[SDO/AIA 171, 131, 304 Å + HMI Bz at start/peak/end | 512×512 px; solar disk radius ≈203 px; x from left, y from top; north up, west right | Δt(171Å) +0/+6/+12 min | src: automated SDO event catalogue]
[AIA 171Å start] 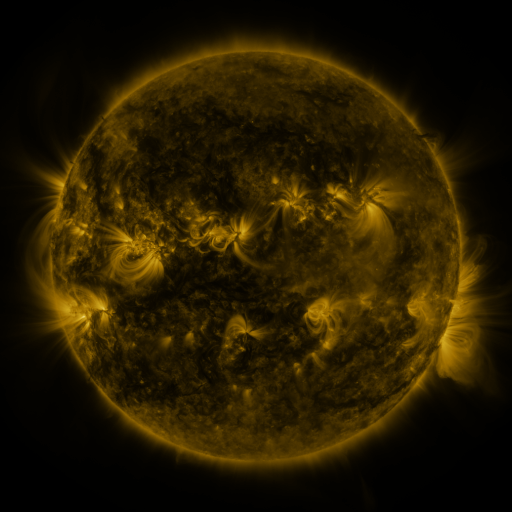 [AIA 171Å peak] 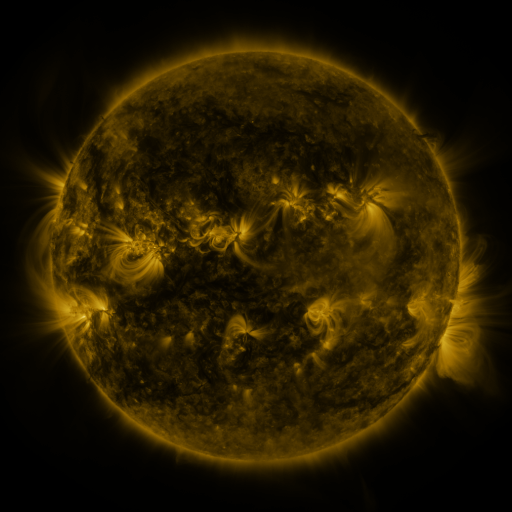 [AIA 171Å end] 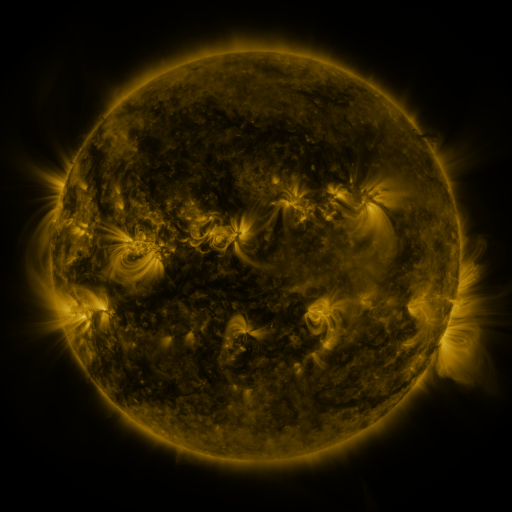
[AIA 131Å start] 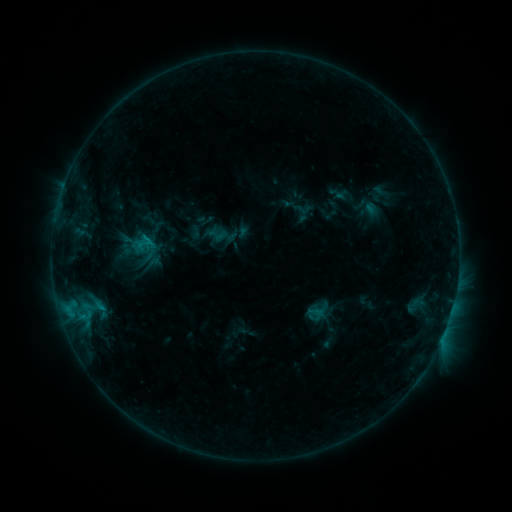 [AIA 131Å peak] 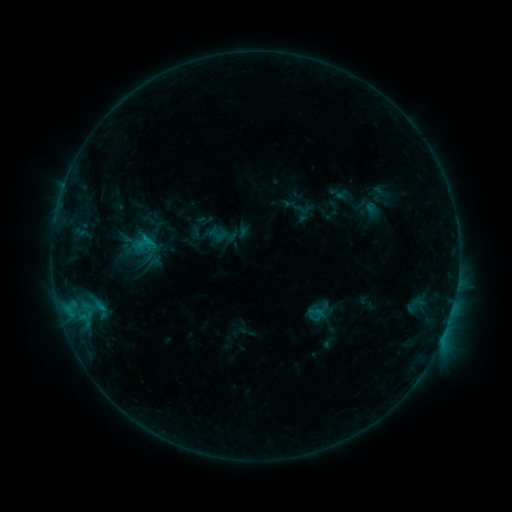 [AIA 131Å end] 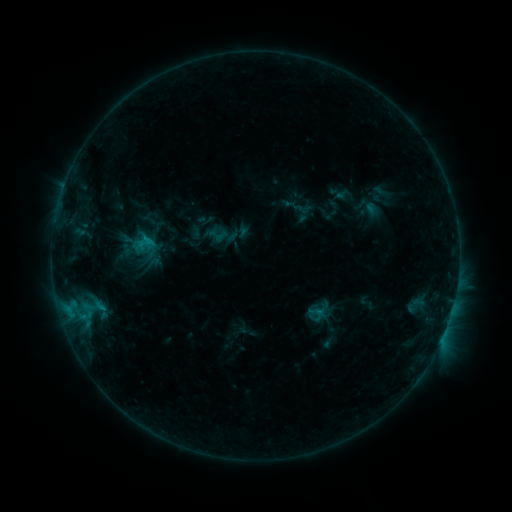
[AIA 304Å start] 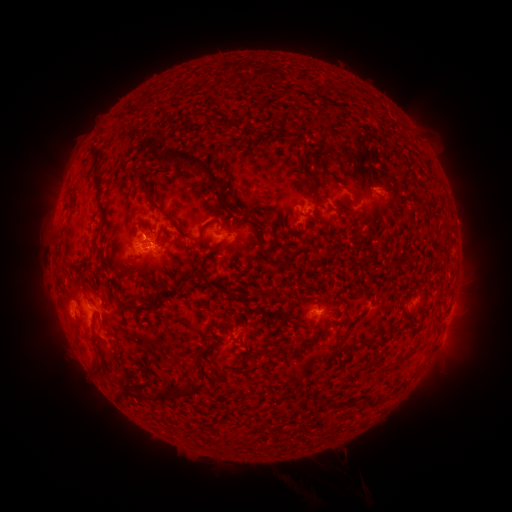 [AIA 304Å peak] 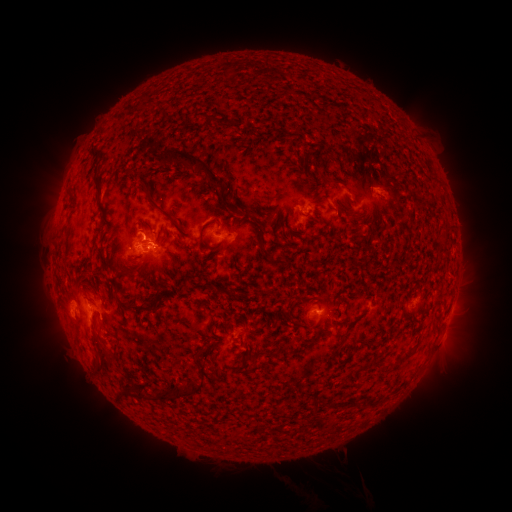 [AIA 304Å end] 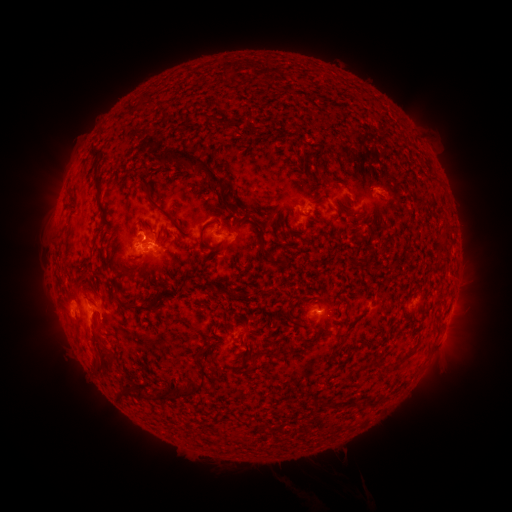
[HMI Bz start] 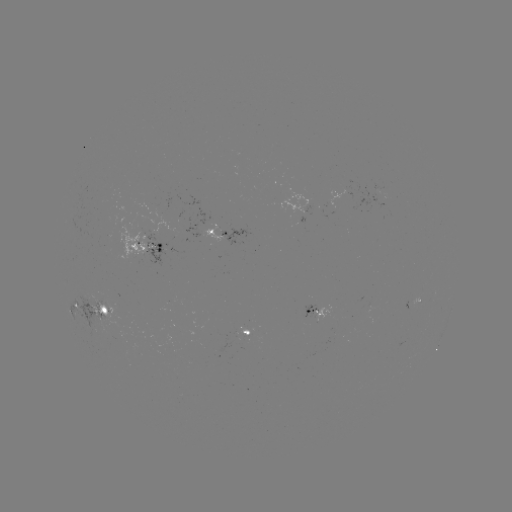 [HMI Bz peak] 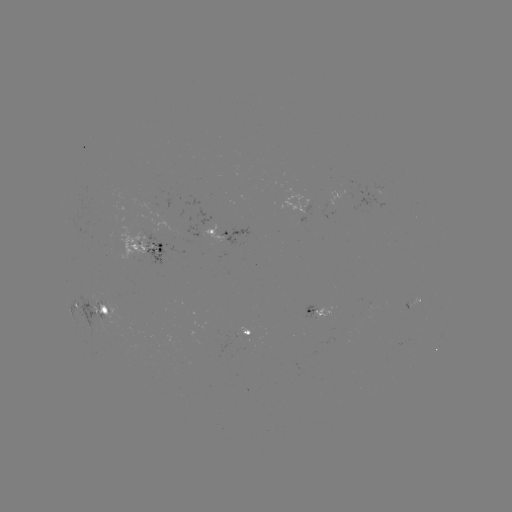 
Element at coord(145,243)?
C1.0 flare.